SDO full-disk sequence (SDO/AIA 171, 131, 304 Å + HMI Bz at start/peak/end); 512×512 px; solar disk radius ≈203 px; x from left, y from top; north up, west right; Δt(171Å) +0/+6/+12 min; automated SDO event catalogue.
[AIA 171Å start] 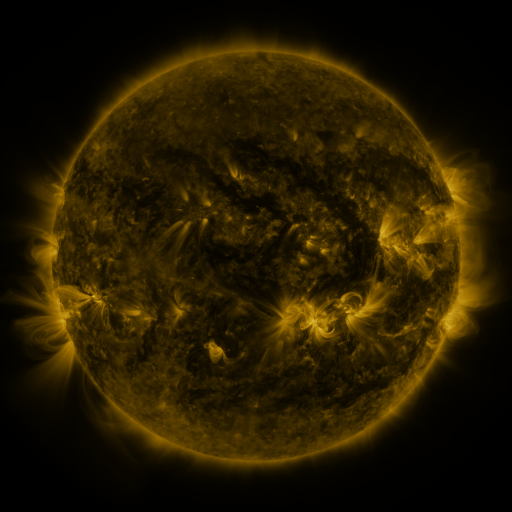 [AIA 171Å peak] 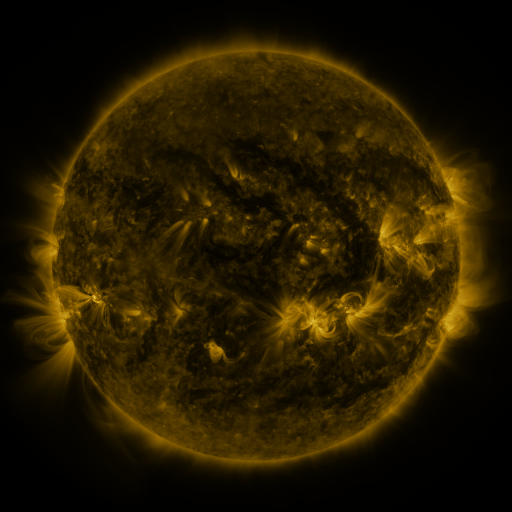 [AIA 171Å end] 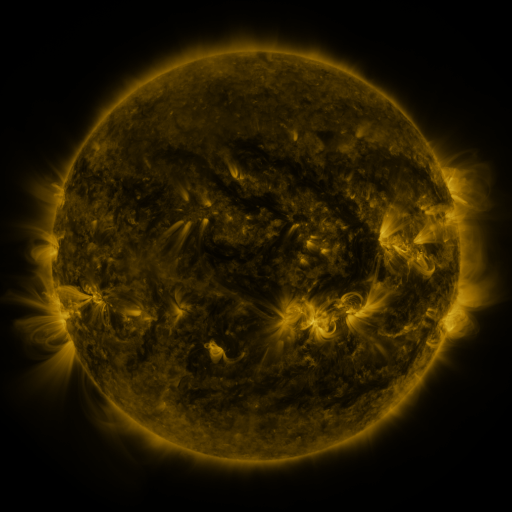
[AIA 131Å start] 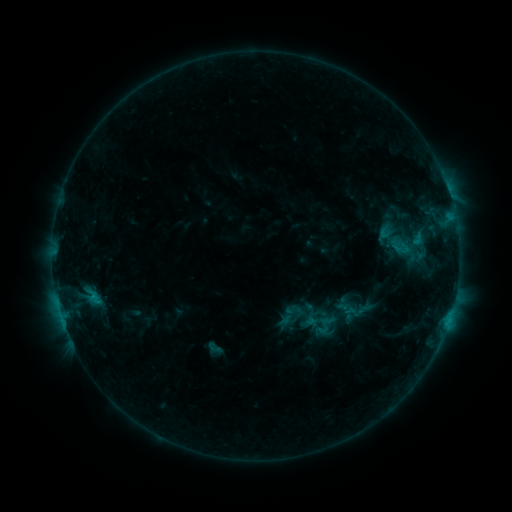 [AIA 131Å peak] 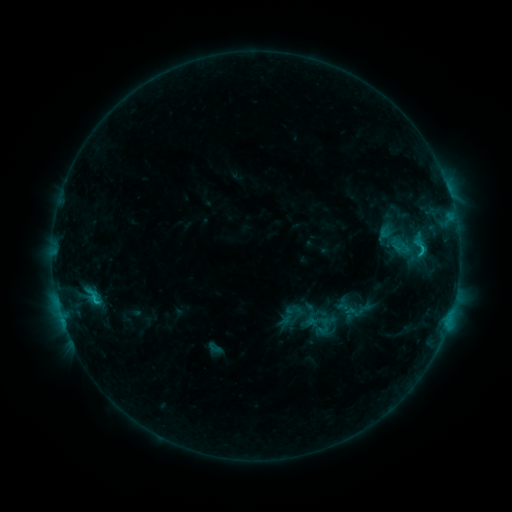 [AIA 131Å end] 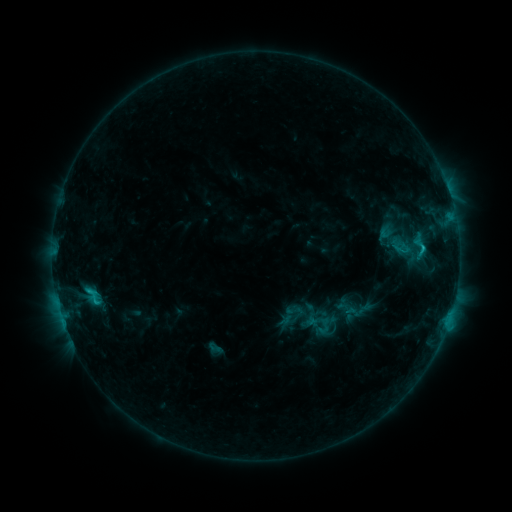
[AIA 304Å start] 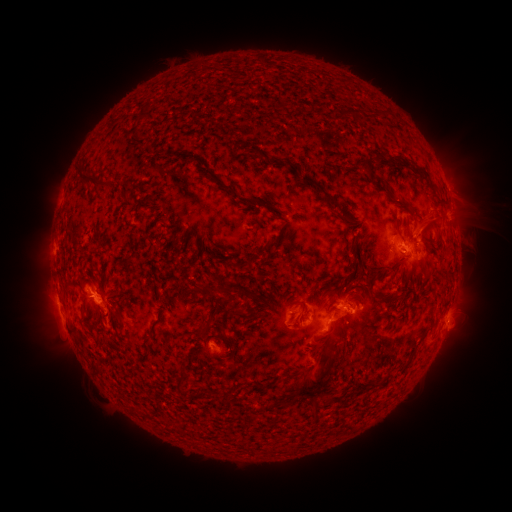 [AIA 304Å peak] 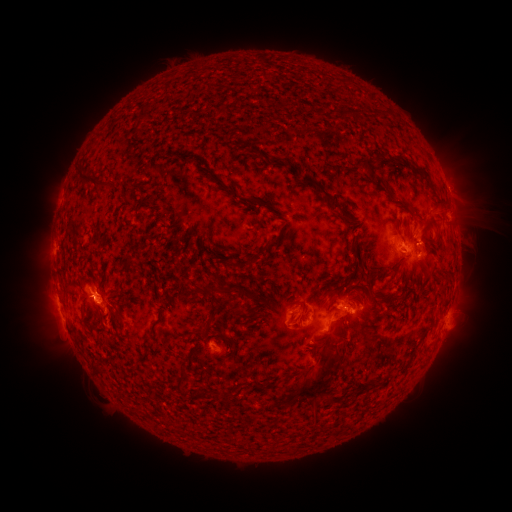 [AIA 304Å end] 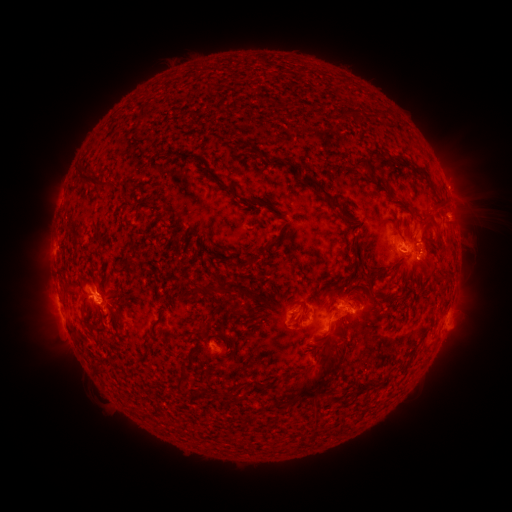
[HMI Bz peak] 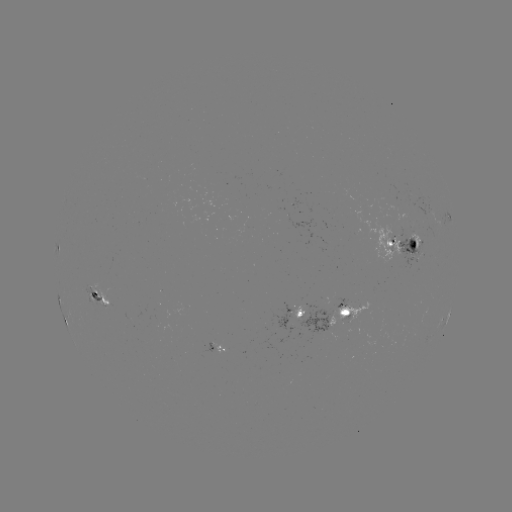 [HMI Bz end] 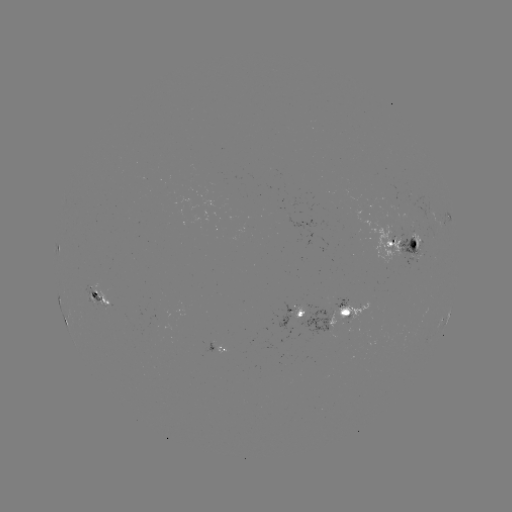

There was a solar flare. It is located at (97, 301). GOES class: C2.1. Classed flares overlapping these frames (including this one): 1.